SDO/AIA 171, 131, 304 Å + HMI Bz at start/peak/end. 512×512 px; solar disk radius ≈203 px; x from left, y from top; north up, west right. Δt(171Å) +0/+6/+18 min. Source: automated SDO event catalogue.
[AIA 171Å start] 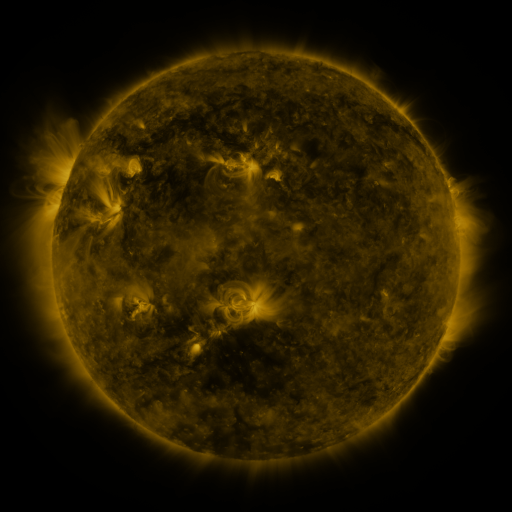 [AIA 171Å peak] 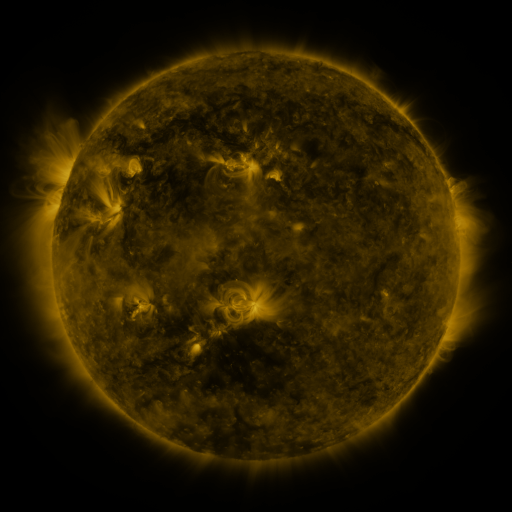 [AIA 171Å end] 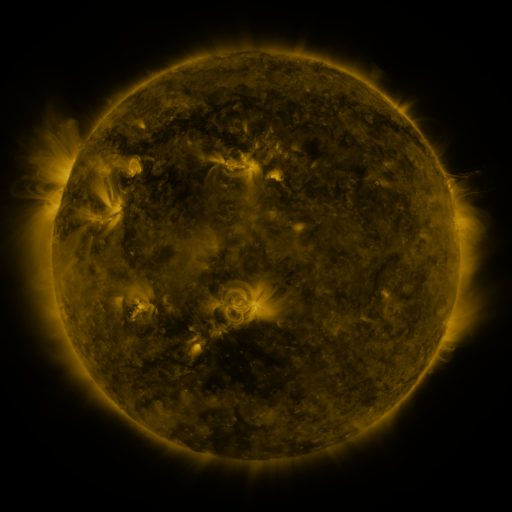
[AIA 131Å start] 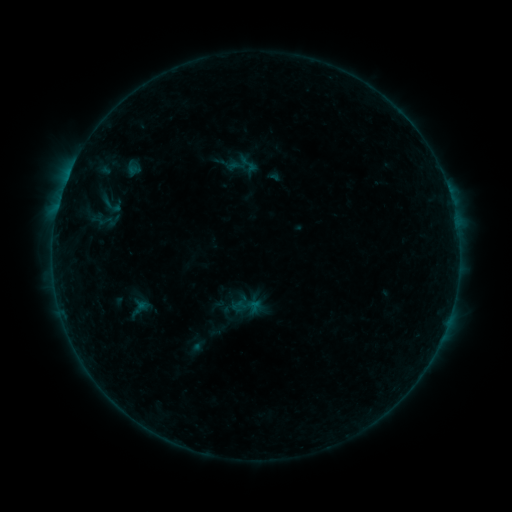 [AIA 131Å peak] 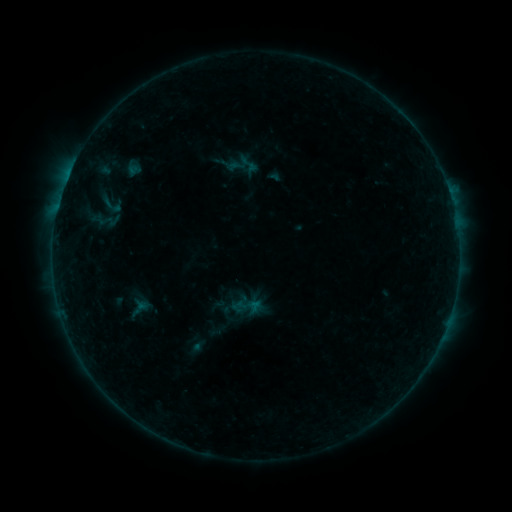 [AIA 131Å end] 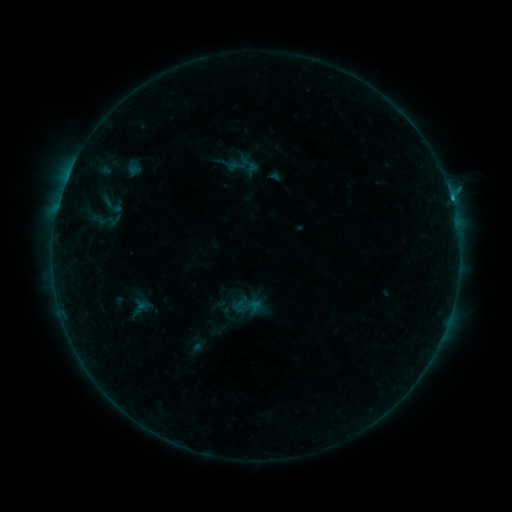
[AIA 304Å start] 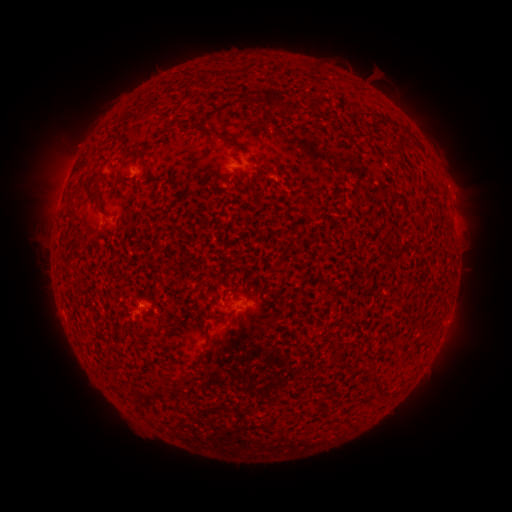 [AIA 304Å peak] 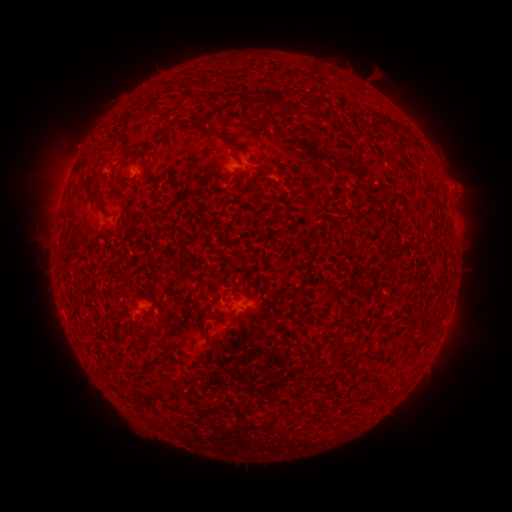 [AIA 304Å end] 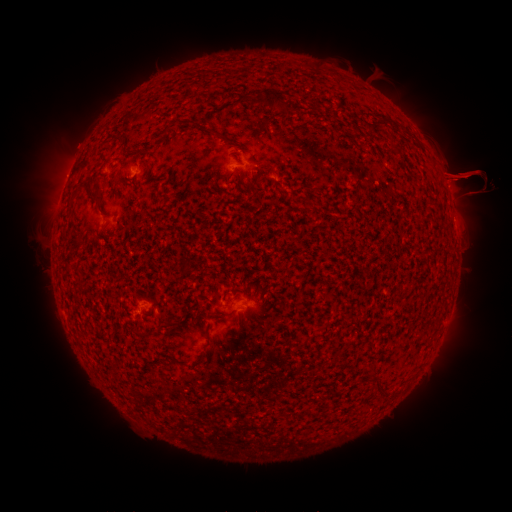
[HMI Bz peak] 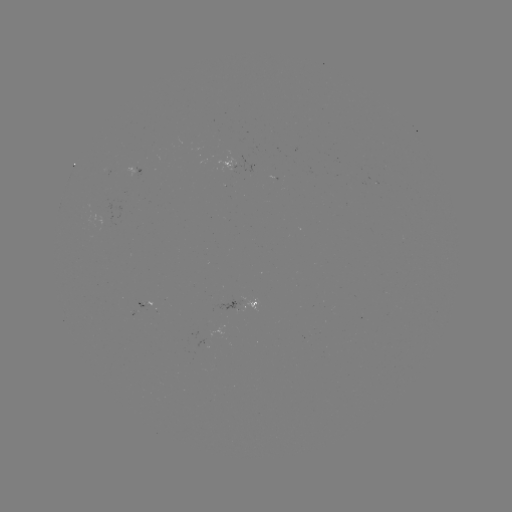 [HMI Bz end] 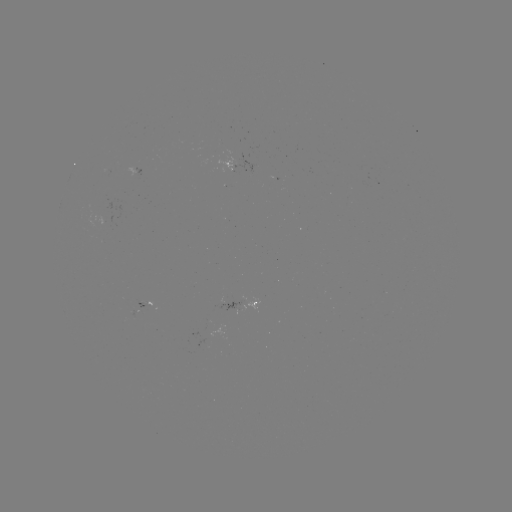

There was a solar flare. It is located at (450, 195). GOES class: B9.0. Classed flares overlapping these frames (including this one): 1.